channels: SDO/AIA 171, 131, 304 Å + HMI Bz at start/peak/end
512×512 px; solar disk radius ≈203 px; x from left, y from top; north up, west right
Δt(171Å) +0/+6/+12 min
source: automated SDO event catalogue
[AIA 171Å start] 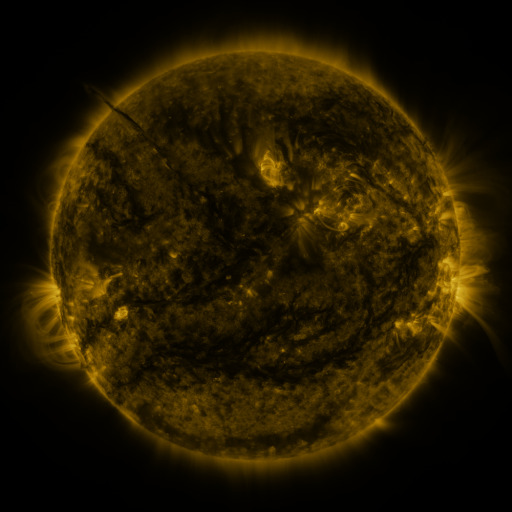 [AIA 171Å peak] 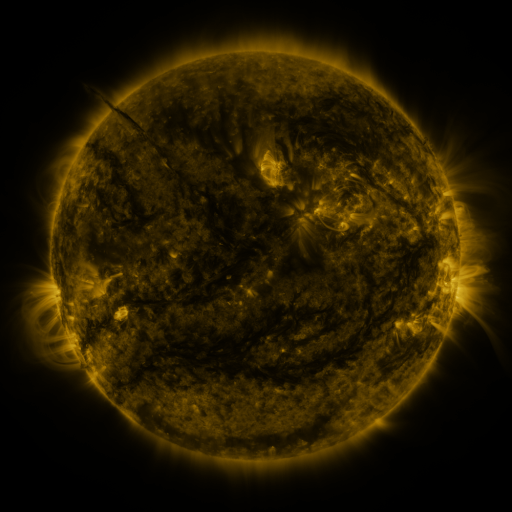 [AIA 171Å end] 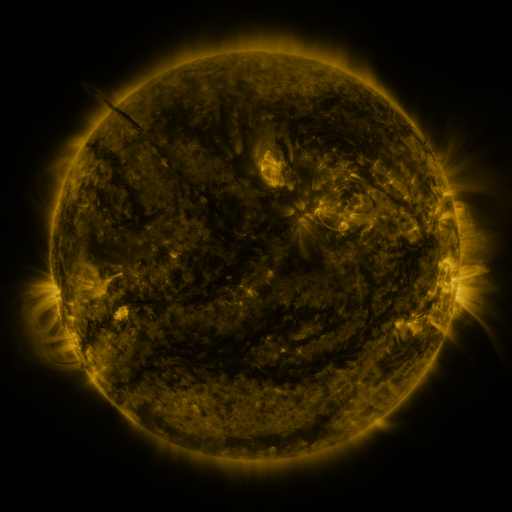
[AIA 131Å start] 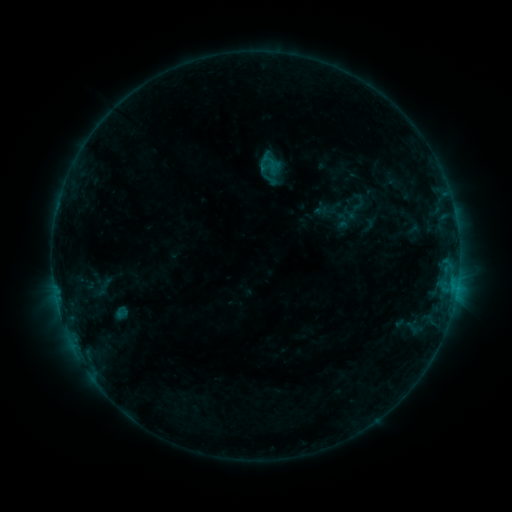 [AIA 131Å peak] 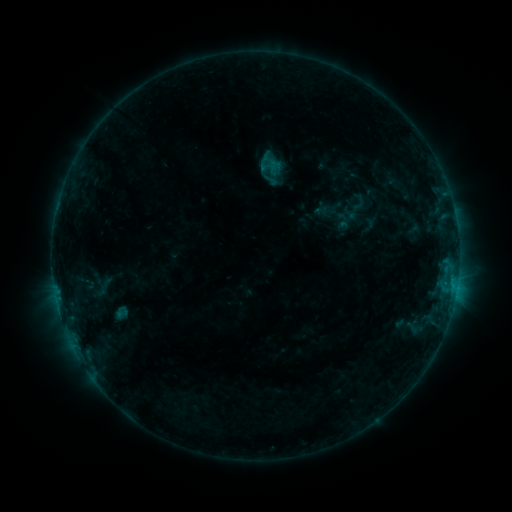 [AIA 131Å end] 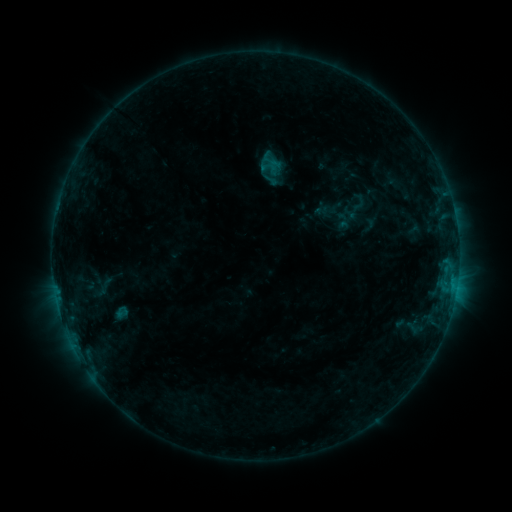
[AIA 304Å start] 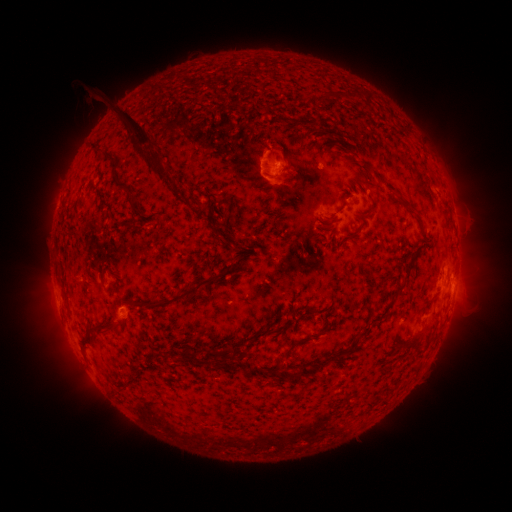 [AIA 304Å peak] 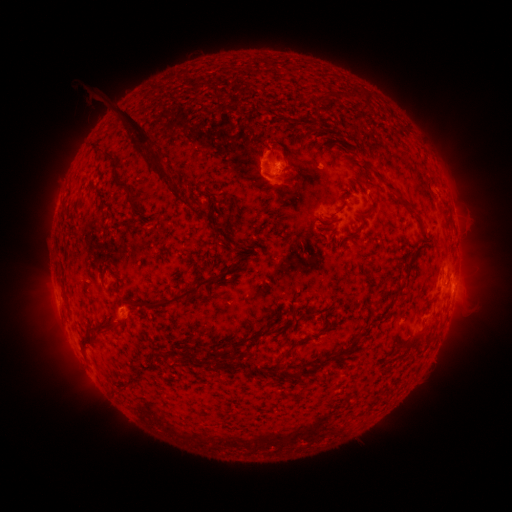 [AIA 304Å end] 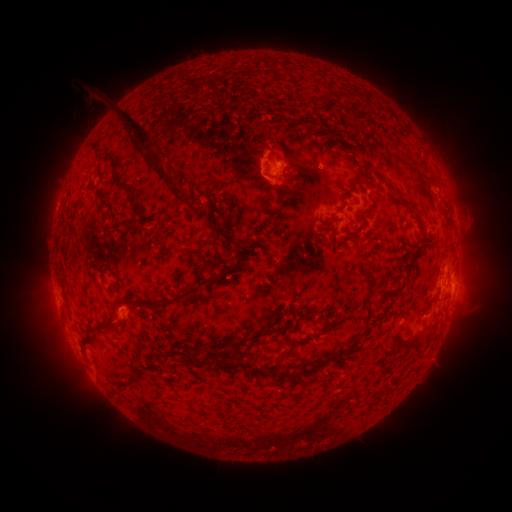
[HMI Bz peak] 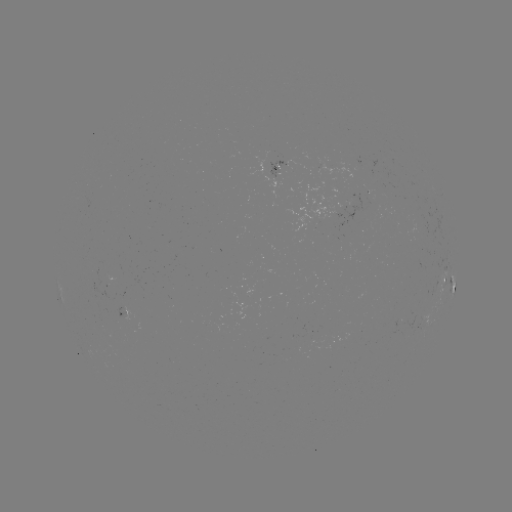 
no classed flare was catalogued and no EUV brightening was flagged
